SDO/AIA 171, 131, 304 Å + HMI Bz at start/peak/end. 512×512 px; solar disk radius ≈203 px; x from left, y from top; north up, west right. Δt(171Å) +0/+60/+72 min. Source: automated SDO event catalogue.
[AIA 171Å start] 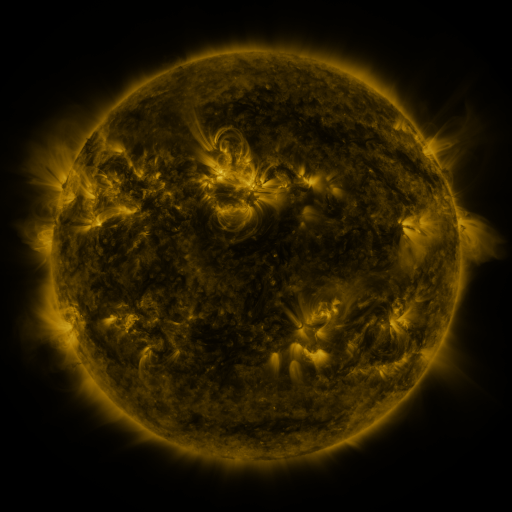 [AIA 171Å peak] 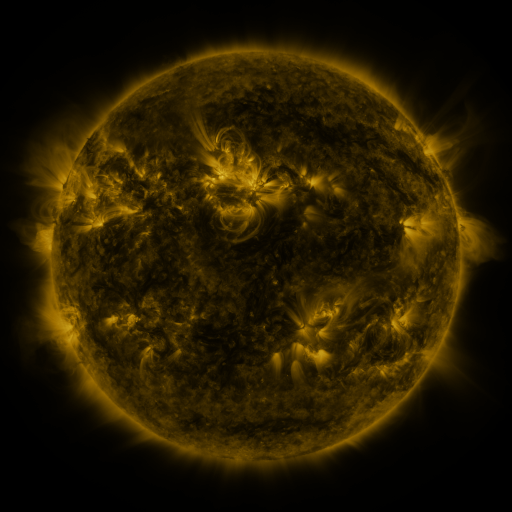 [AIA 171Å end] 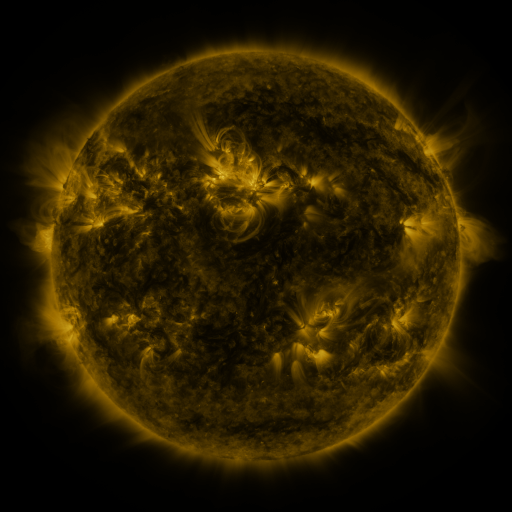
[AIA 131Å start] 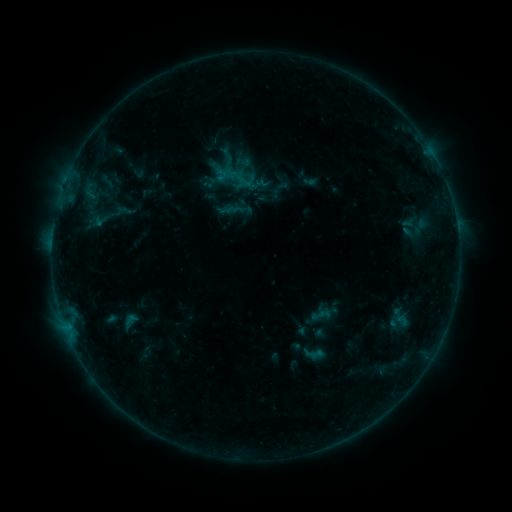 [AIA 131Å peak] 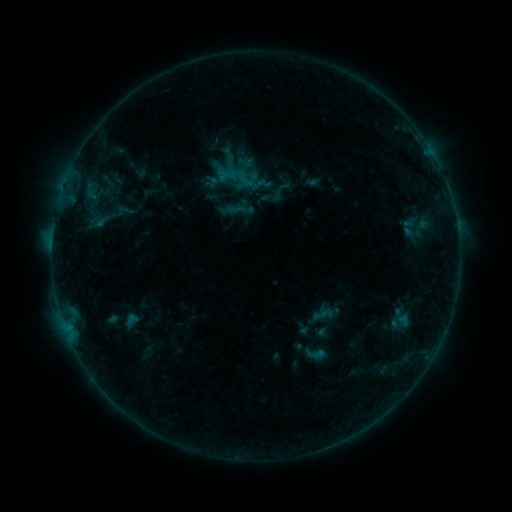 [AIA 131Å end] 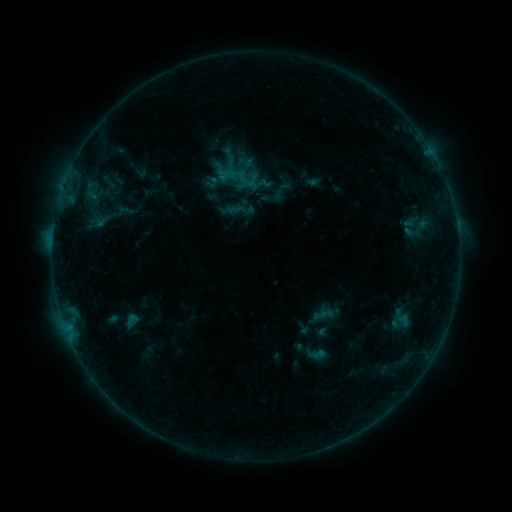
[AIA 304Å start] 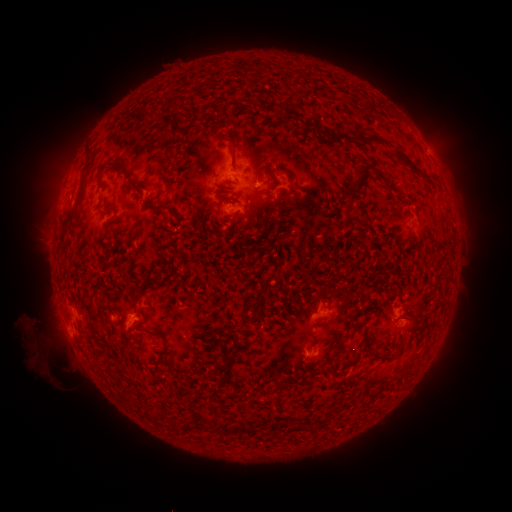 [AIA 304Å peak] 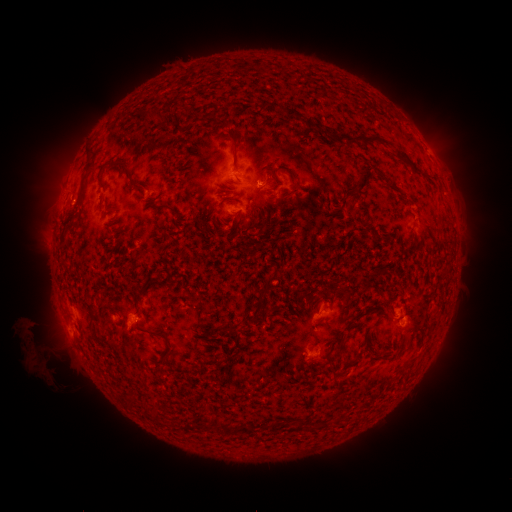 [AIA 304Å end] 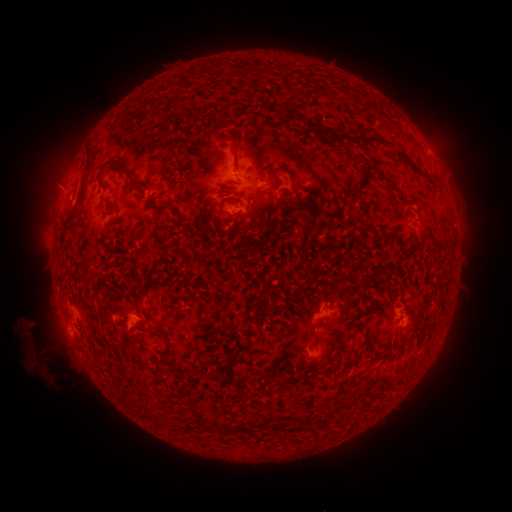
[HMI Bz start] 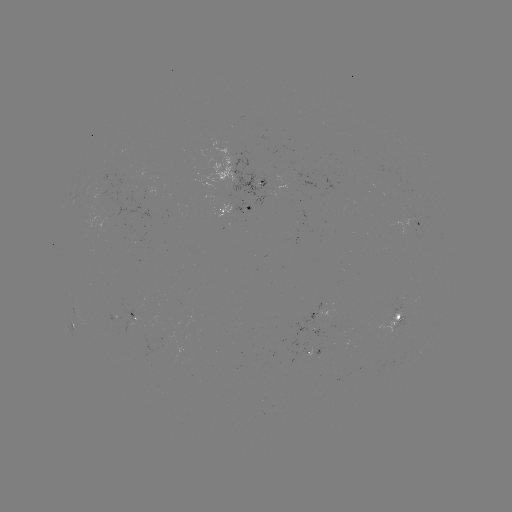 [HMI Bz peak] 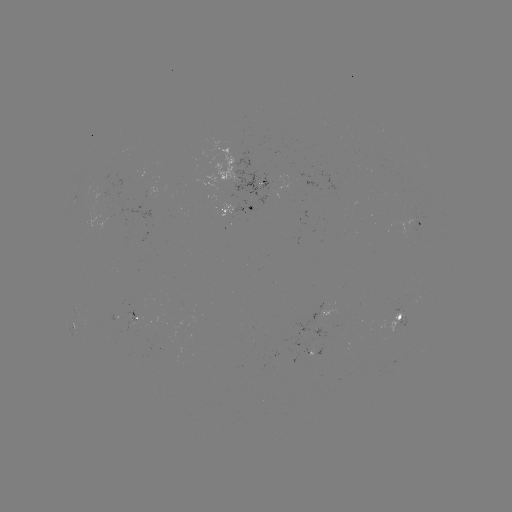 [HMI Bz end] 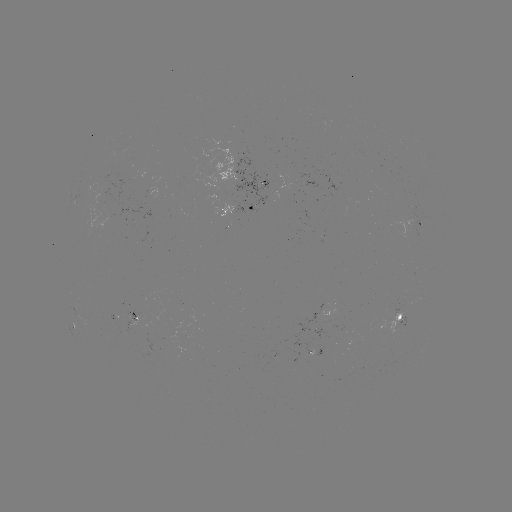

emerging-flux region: (118, 312, 139, 334)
